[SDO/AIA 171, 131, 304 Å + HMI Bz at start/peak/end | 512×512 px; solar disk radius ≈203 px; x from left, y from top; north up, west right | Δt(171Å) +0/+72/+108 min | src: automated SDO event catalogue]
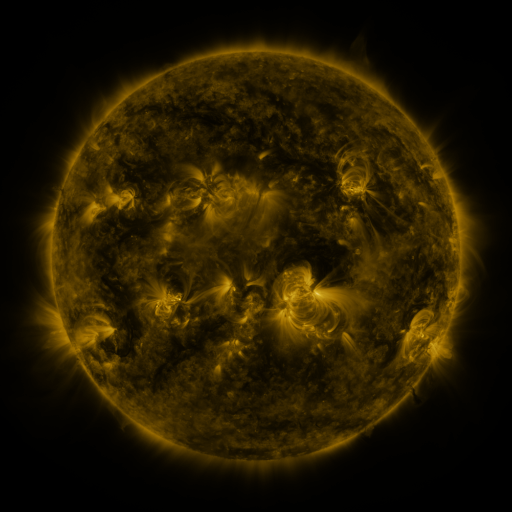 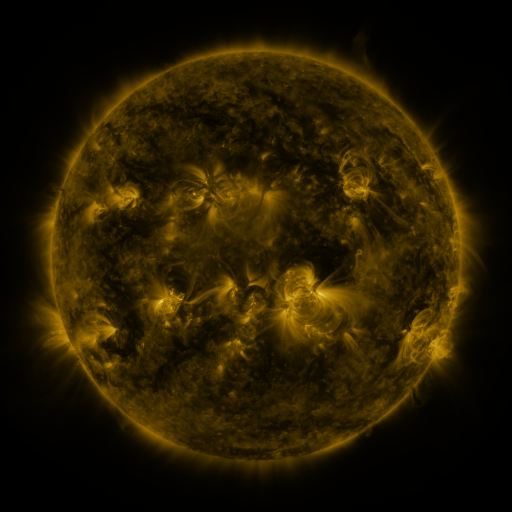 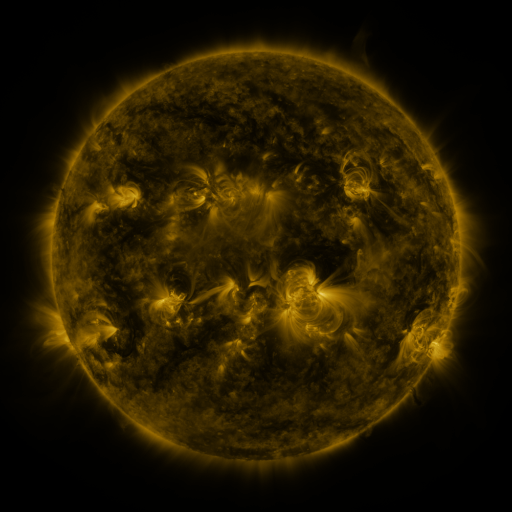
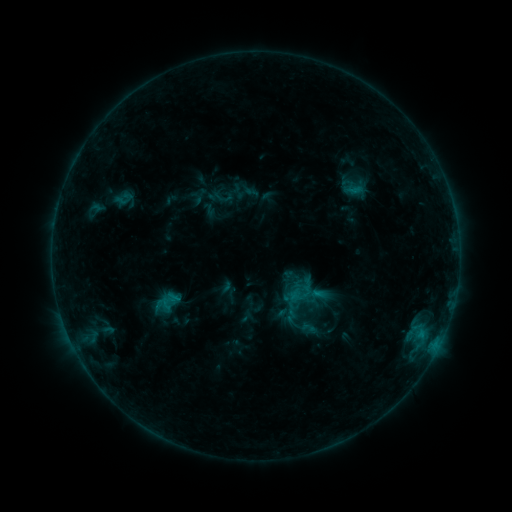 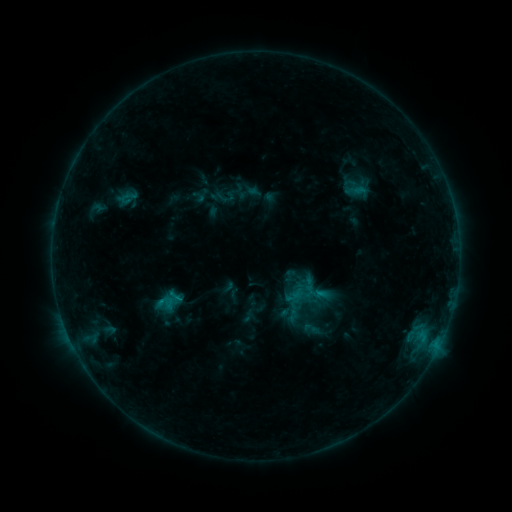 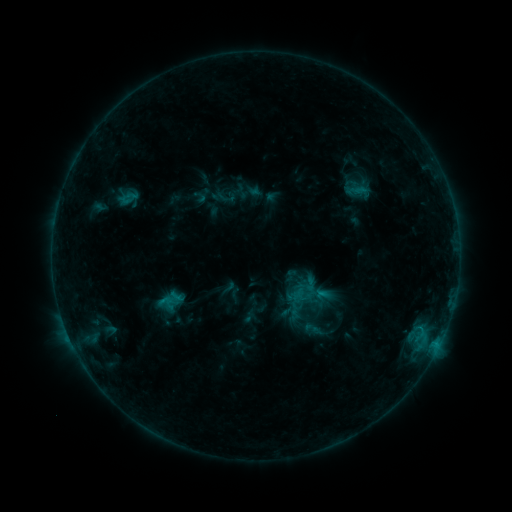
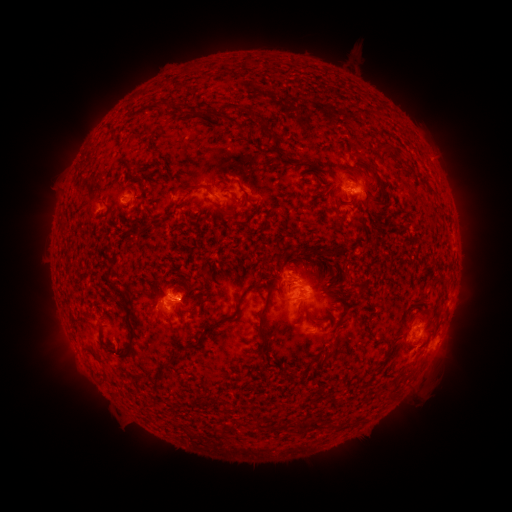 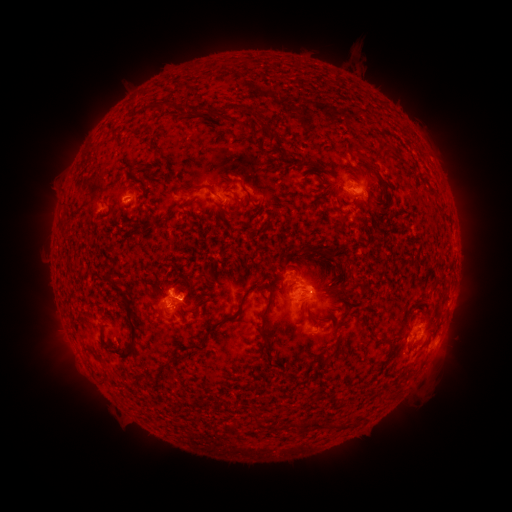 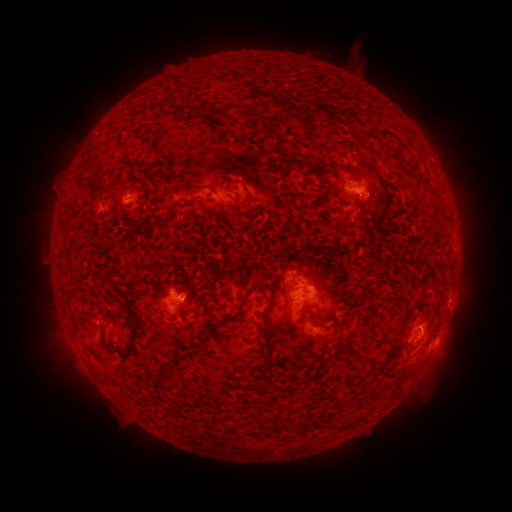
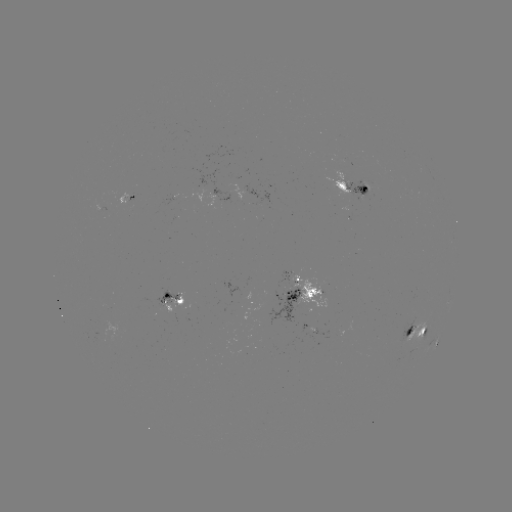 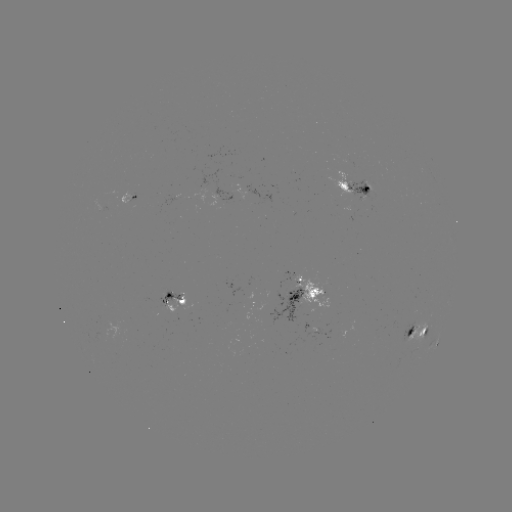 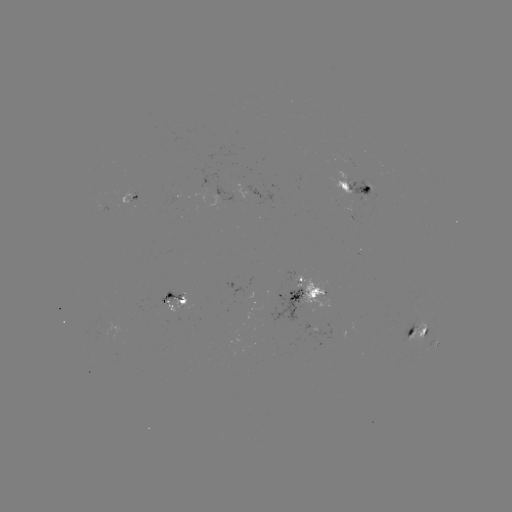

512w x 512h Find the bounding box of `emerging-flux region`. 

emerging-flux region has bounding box [348, 182, 378, 202].